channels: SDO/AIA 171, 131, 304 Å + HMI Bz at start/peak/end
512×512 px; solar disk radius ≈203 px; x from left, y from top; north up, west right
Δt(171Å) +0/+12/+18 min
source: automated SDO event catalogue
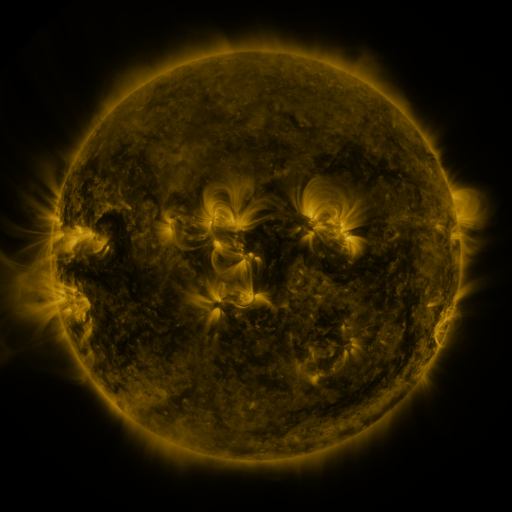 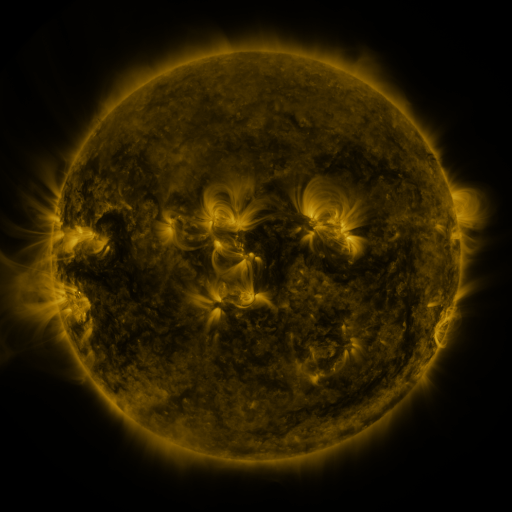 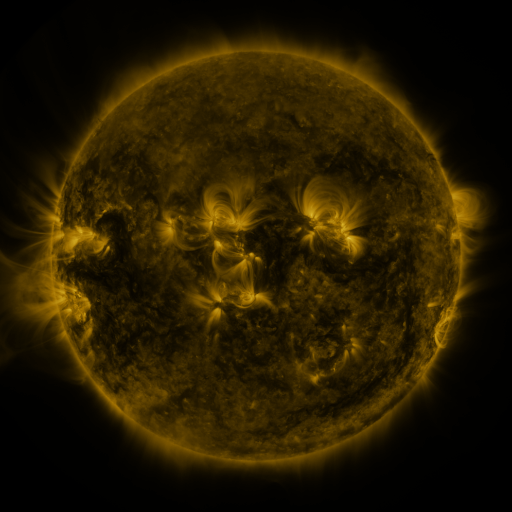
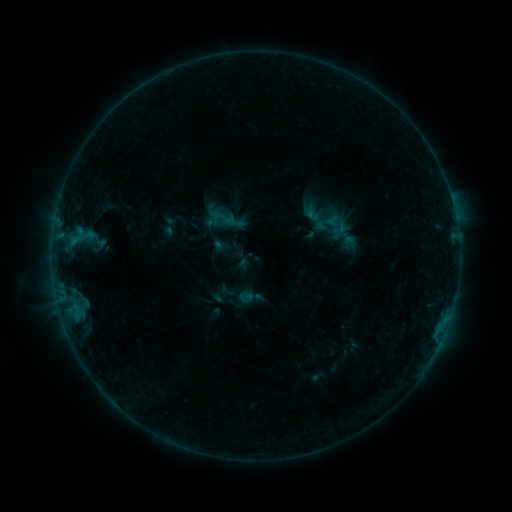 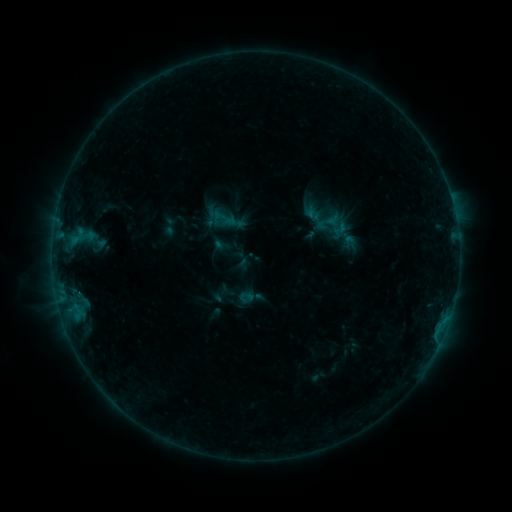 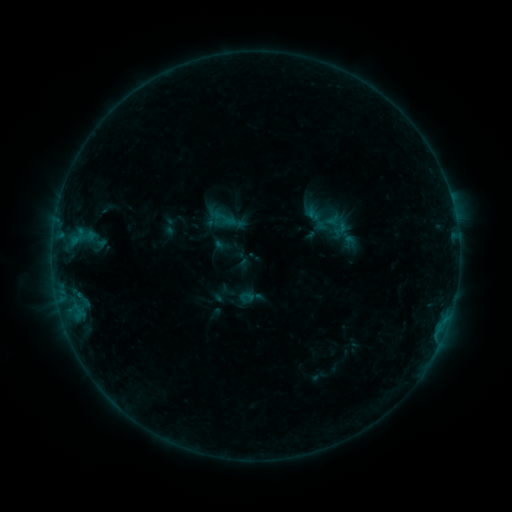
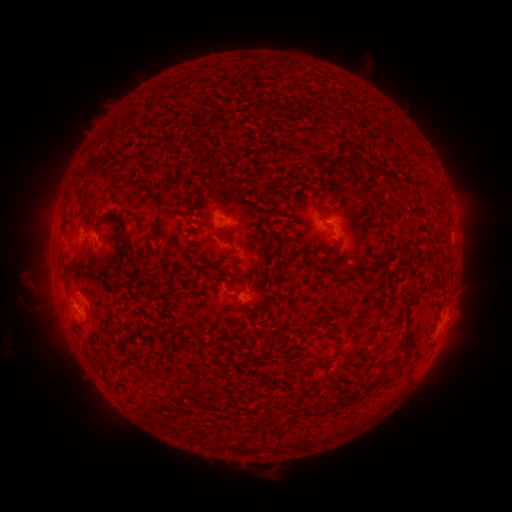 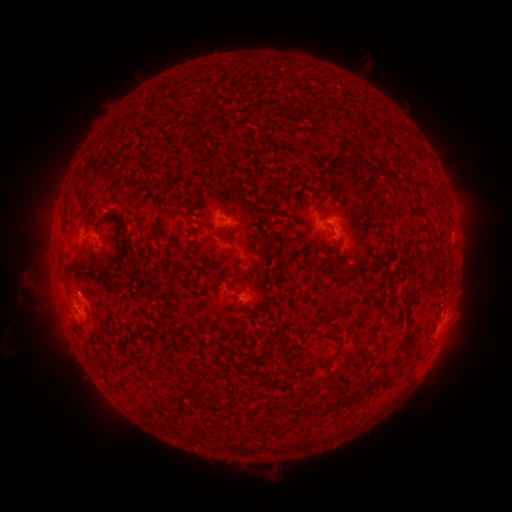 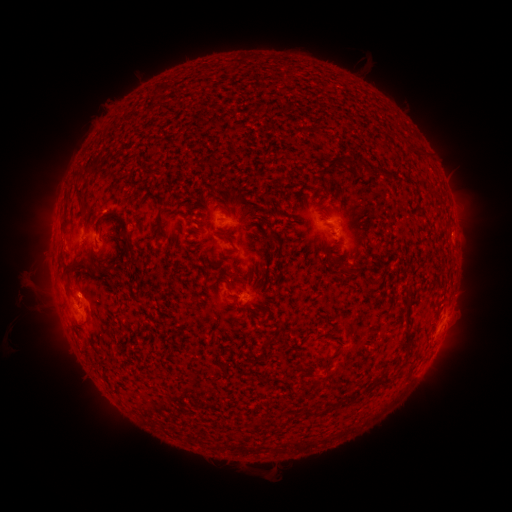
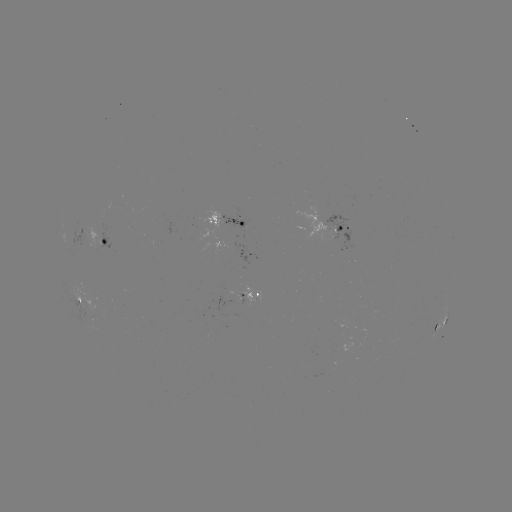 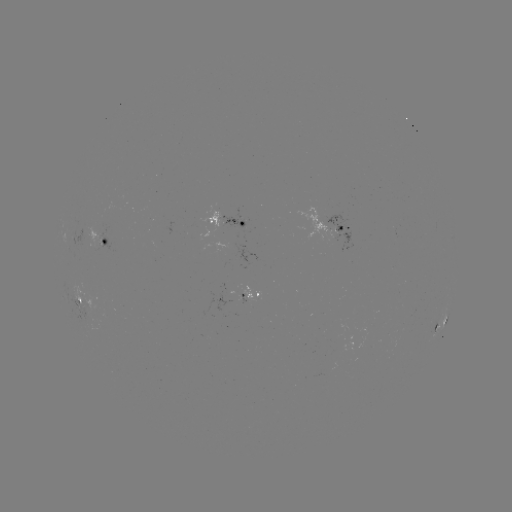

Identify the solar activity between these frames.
no catalogued flare and no flagged EUV brightening in this window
